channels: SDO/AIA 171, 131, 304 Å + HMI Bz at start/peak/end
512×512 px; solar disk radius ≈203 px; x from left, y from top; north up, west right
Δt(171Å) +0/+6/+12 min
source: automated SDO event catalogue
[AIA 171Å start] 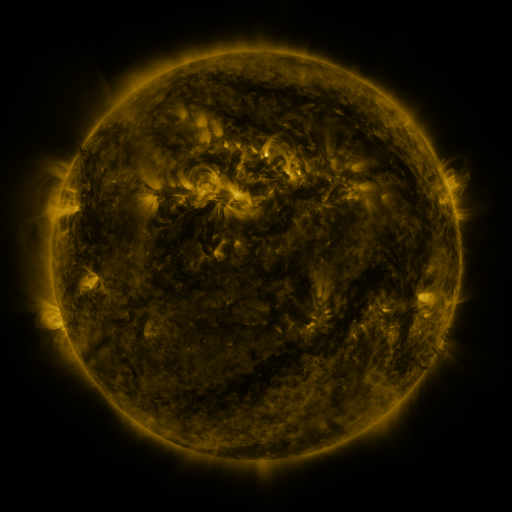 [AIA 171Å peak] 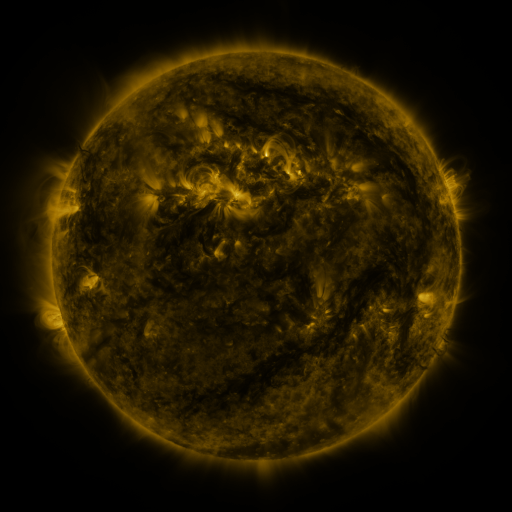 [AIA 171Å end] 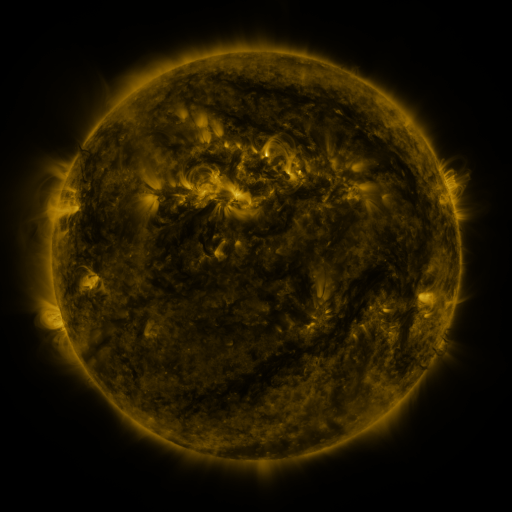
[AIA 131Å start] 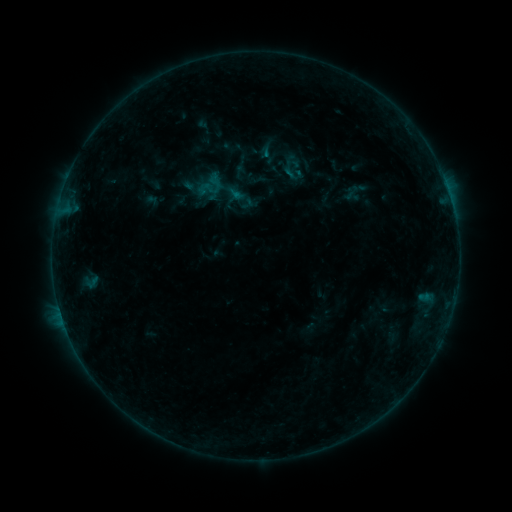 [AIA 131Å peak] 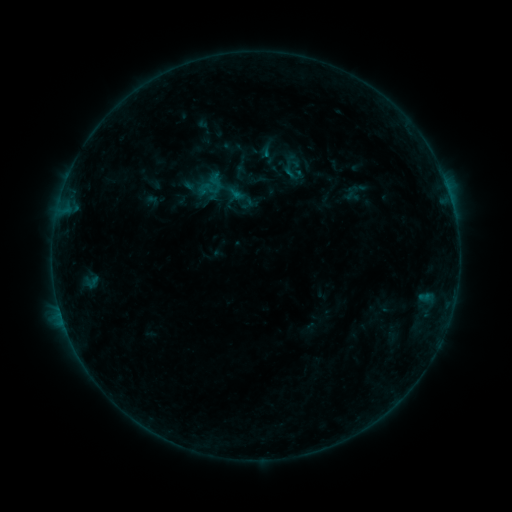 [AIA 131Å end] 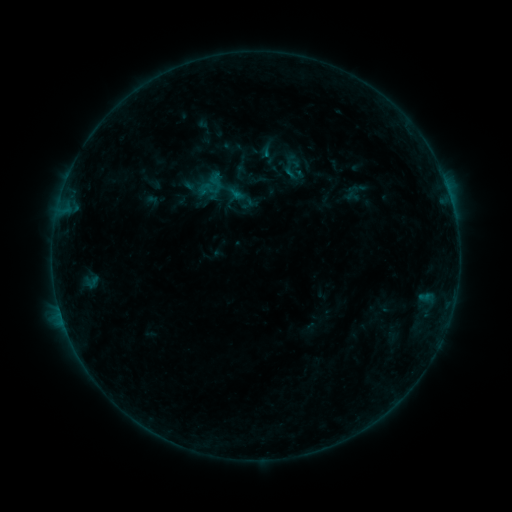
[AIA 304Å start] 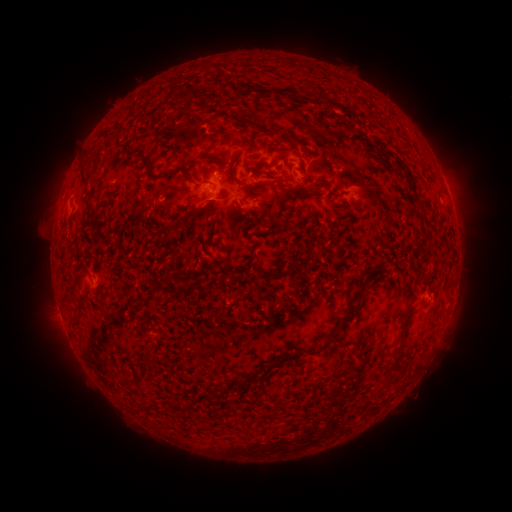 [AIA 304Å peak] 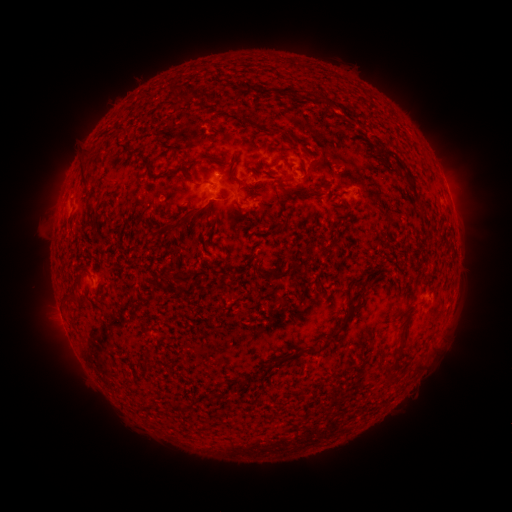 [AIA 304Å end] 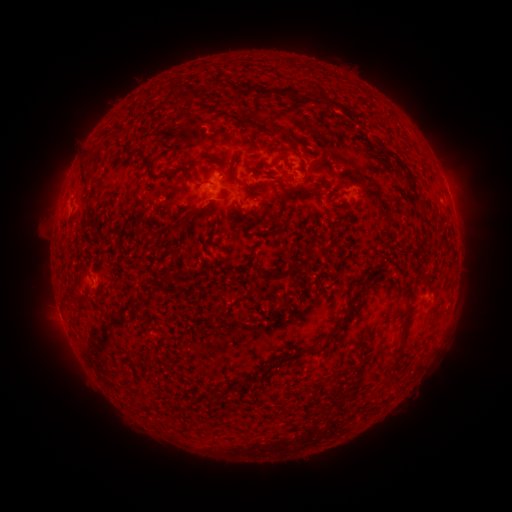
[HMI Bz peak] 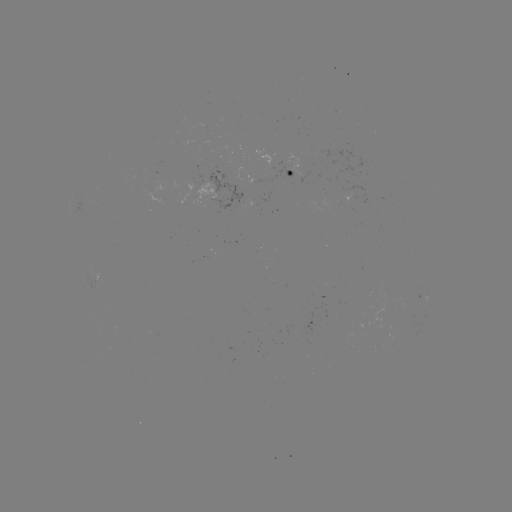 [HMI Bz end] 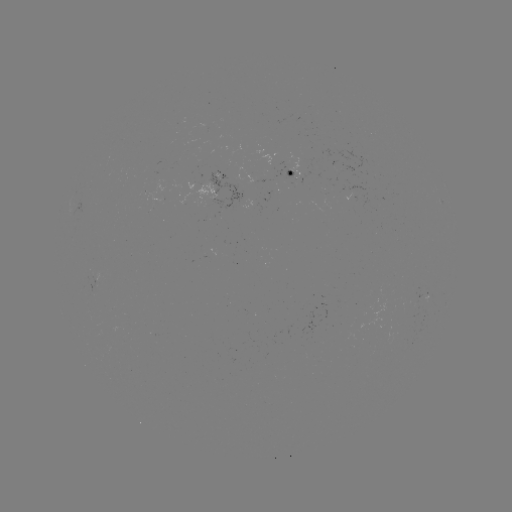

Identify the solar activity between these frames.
no classed flare was catalogued and no EUV brightening was flagged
